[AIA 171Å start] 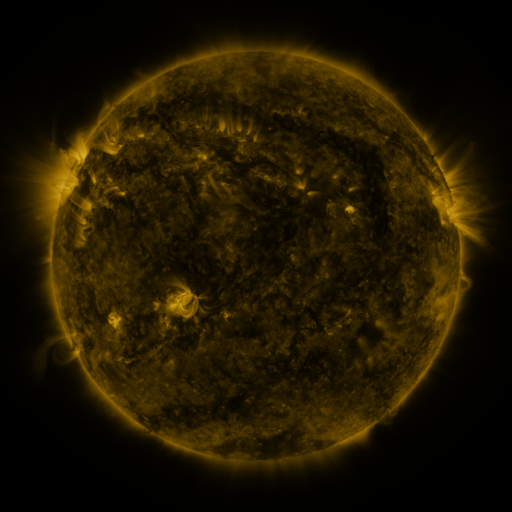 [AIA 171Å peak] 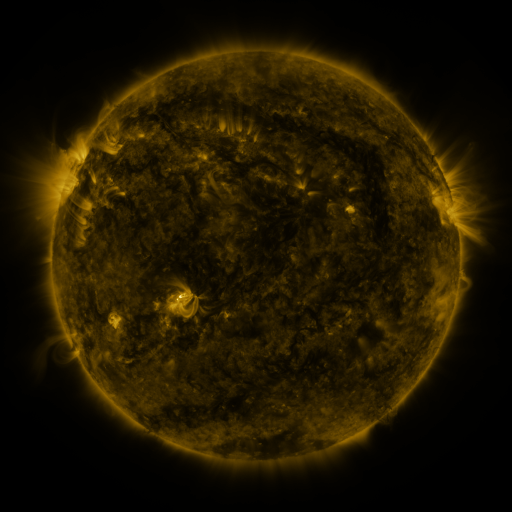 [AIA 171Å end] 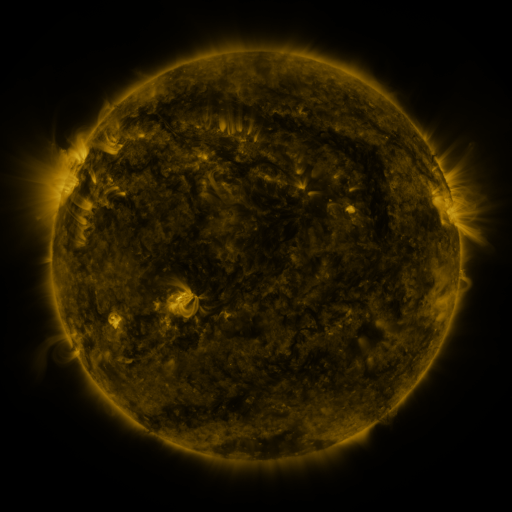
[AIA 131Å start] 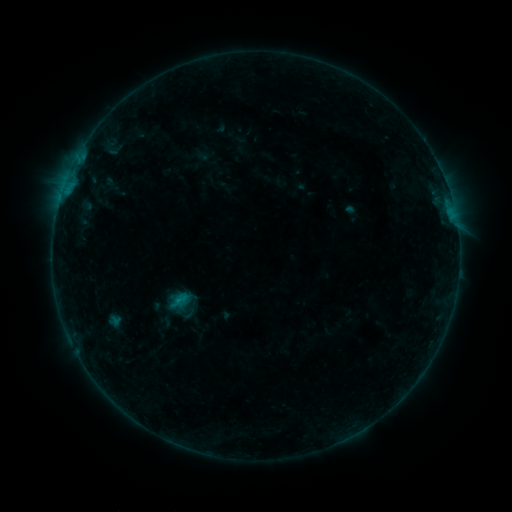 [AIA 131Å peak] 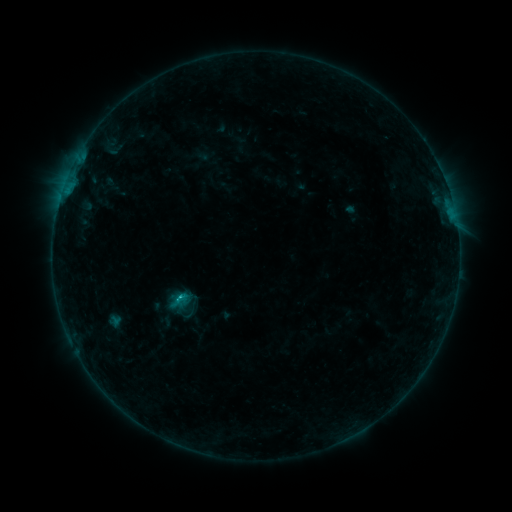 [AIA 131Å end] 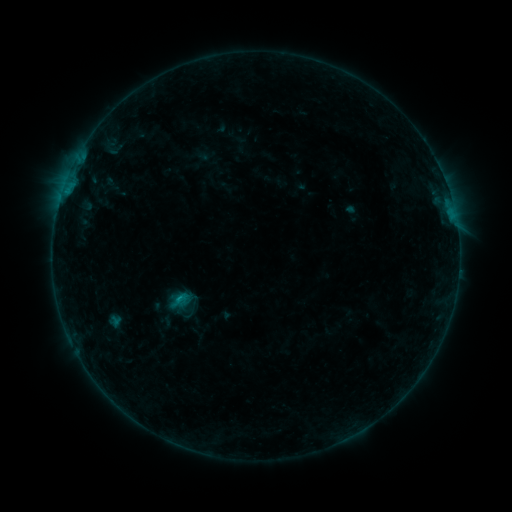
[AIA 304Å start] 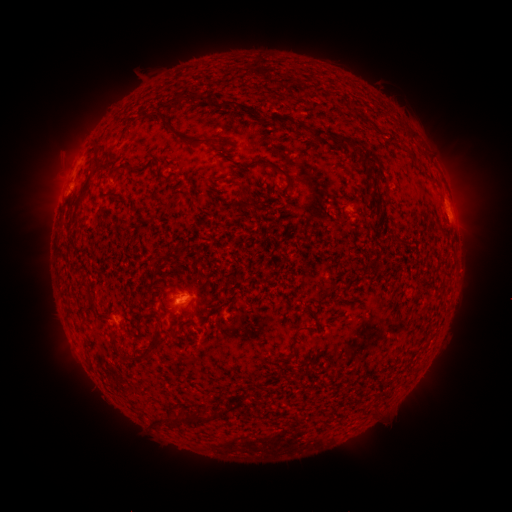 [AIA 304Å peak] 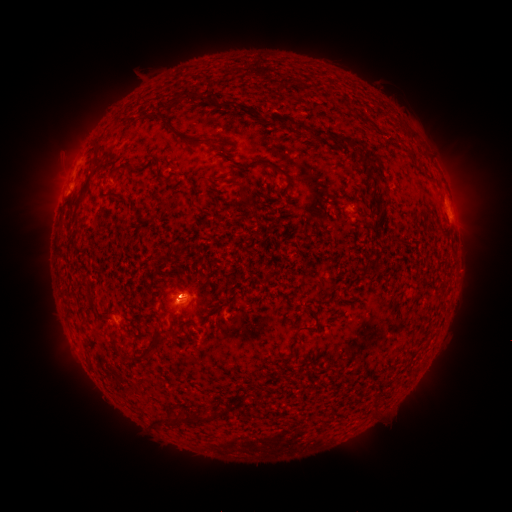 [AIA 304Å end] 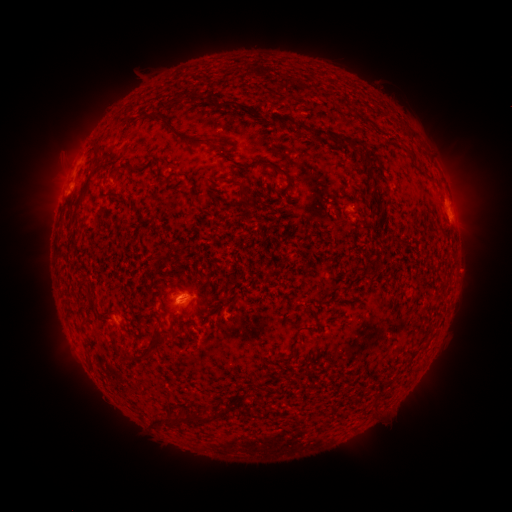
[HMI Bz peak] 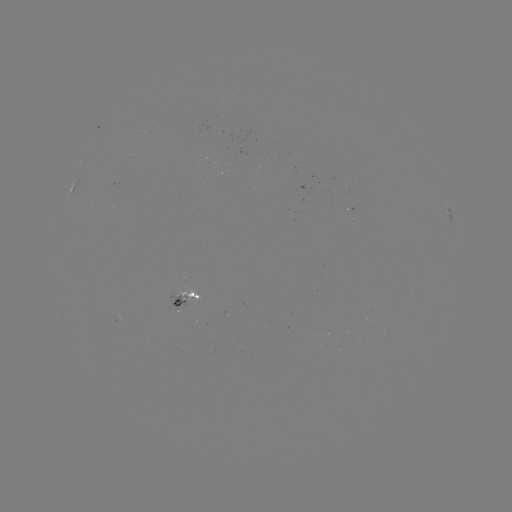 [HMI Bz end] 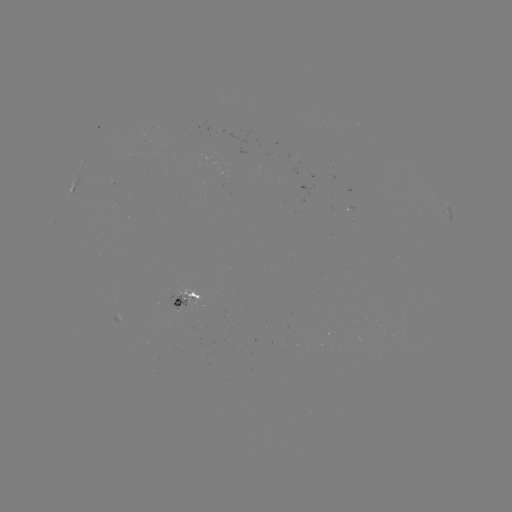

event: flare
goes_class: B8.8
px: (180, 298)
